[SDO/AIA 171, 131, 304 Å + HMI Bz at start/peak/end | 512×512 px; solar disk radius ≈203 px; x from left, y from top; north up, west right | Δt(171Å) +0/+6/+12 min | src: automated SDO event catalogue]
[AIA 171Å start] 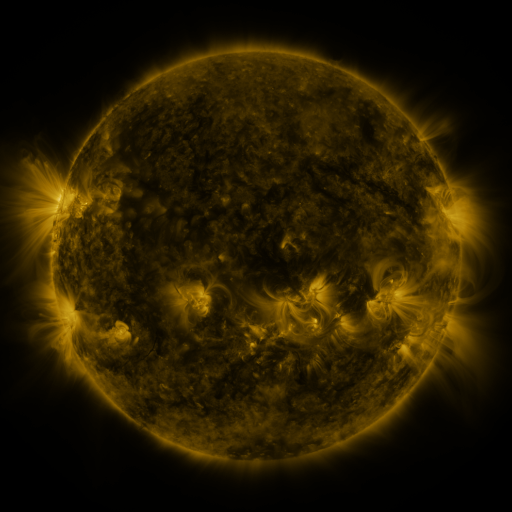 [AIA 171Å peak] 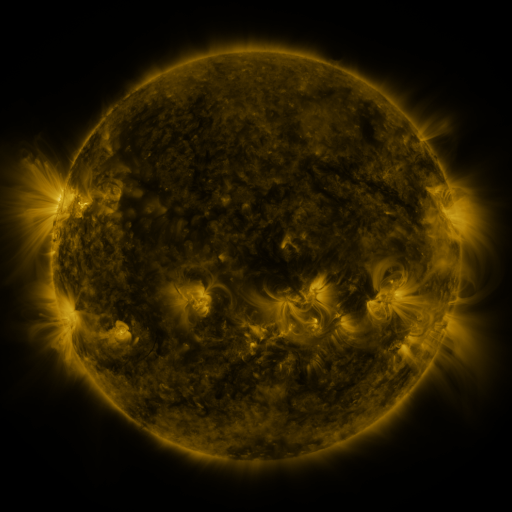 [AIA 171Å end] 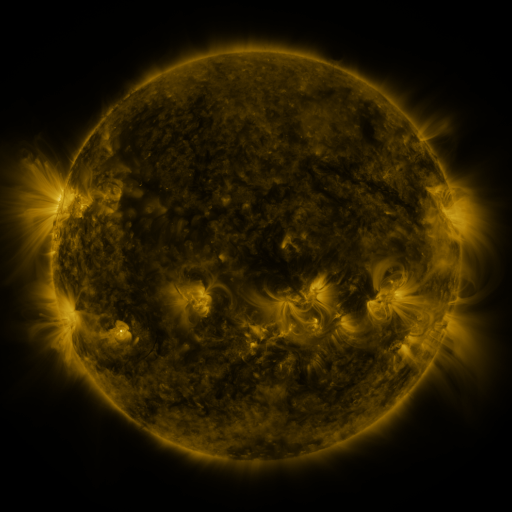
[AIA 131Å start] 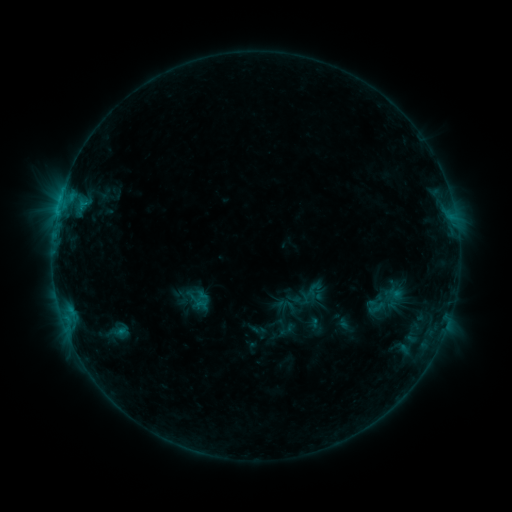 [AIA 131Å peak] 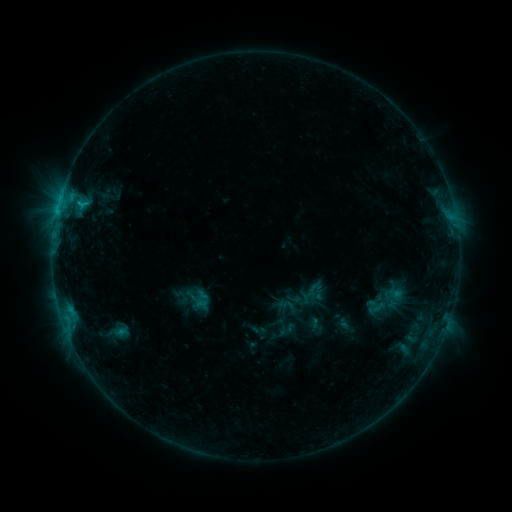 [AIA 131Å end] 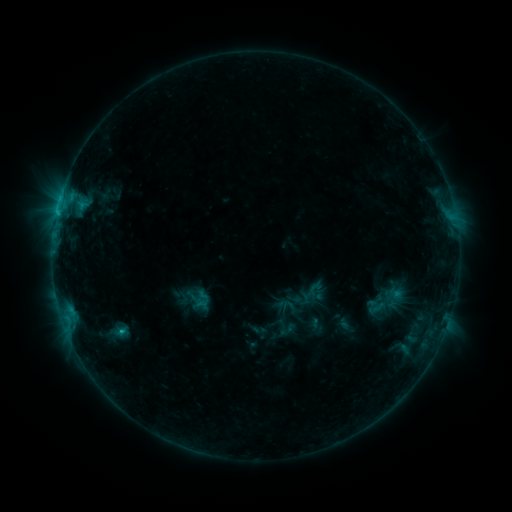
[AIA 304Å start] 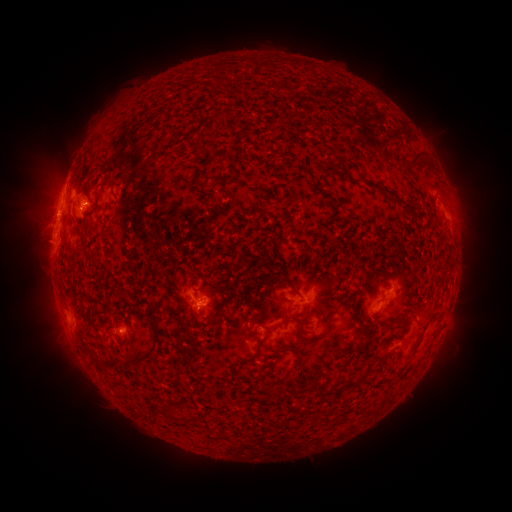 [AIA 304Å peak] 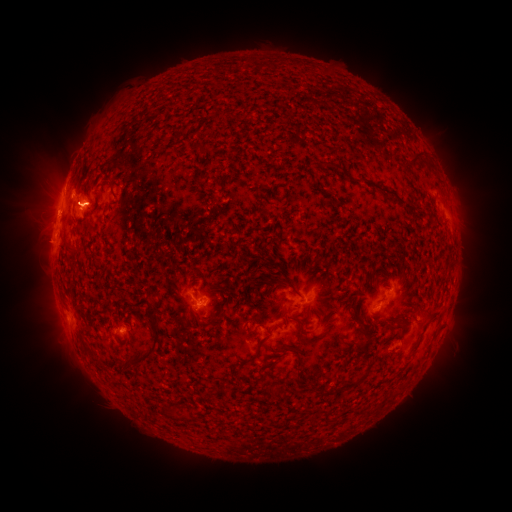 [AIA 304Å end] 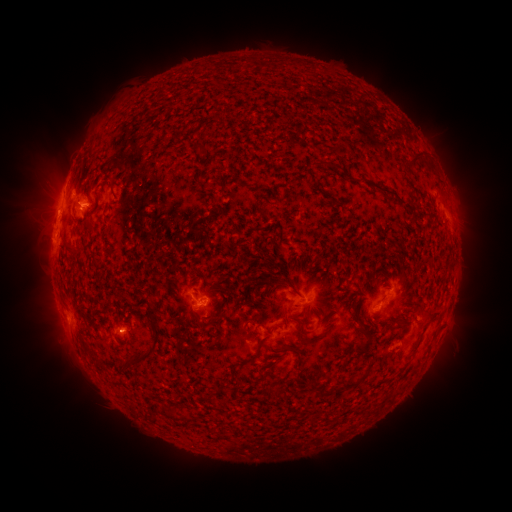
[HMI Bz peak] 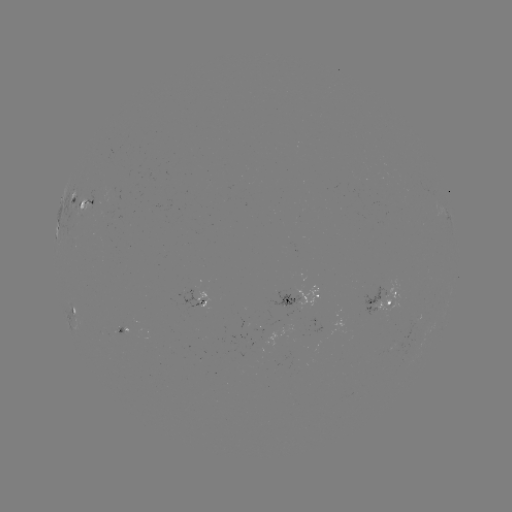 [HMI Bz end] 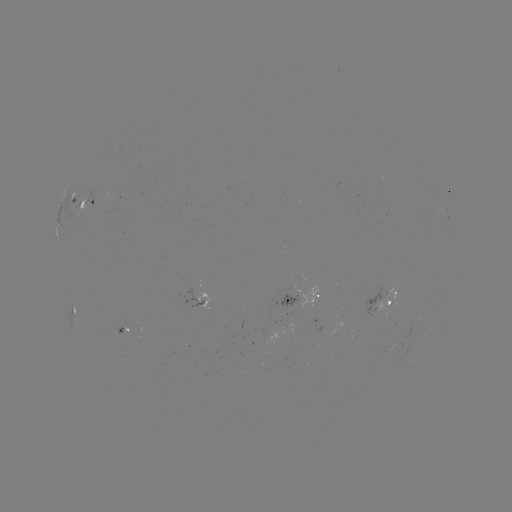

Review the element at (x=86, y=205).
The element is C1.1 flare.